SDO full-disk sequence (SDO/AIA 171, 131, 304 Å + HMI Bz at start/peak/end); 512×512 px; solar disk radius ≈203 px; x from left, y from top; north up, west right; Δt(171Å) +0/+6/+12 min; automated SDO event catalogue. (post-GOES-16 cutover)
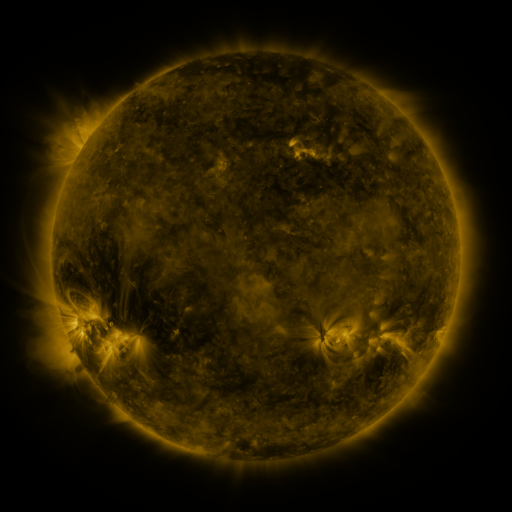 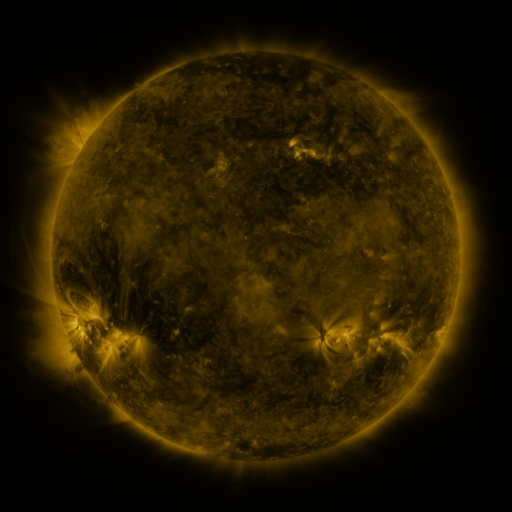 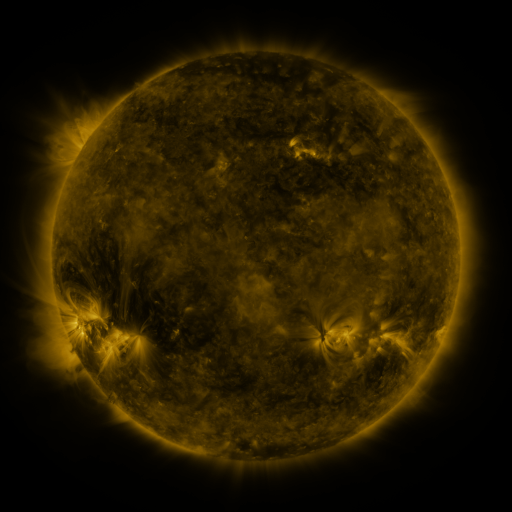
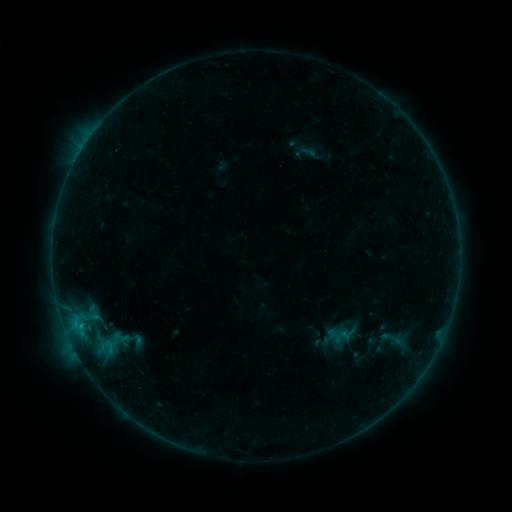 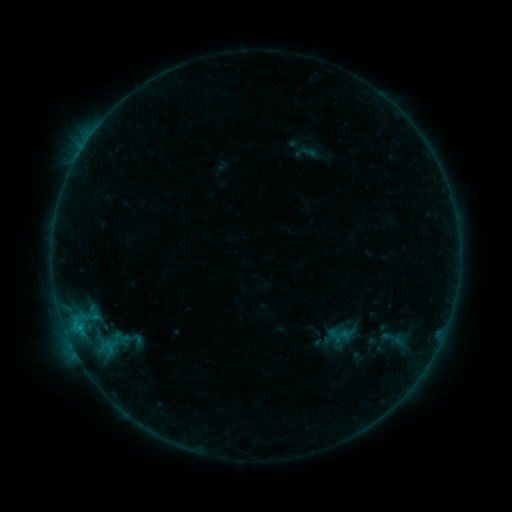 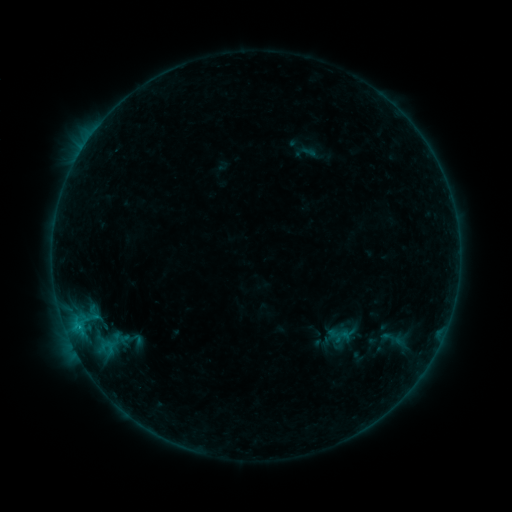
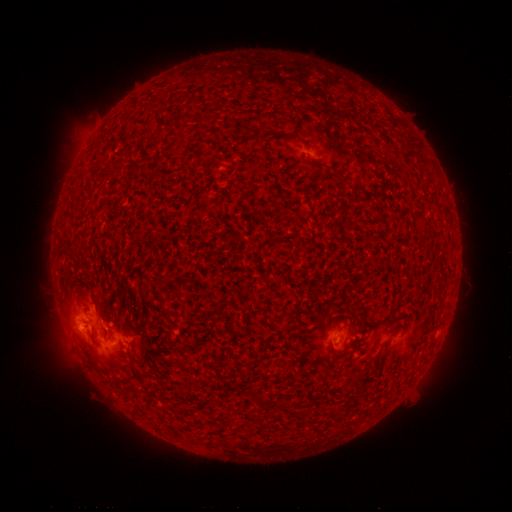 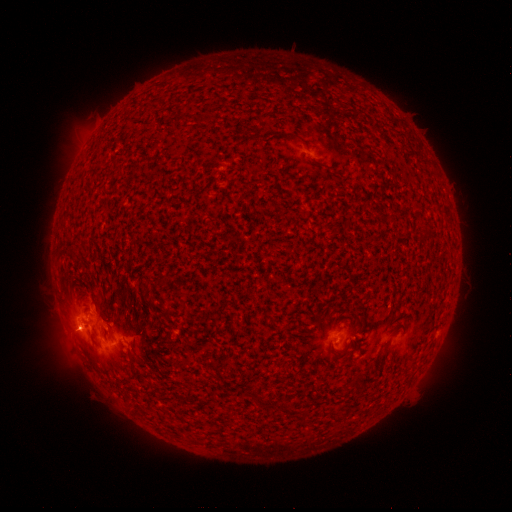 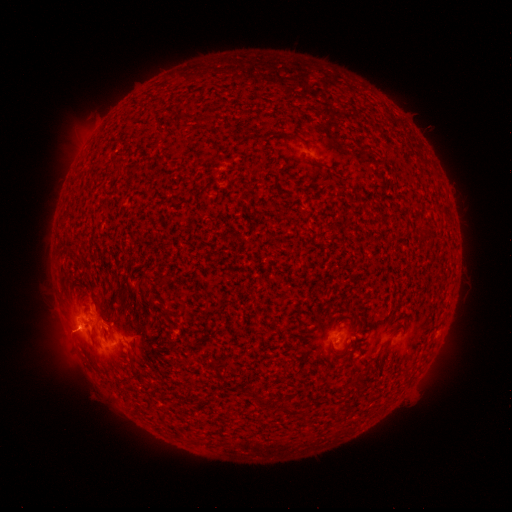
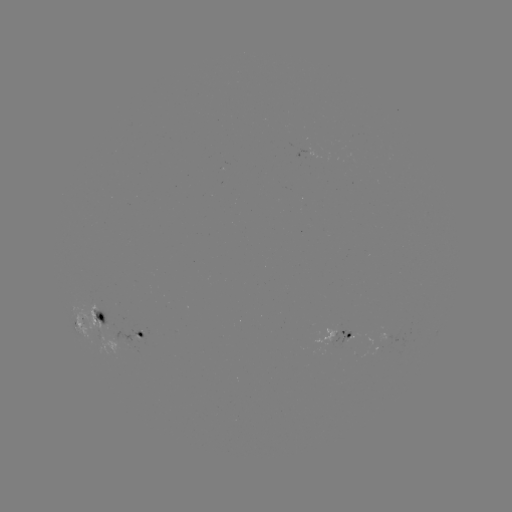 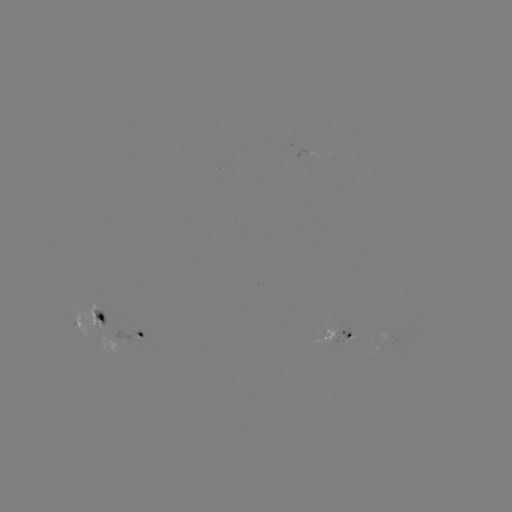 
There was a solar flare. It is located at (78, 327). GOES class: B8.9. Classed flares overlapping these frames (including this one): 2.